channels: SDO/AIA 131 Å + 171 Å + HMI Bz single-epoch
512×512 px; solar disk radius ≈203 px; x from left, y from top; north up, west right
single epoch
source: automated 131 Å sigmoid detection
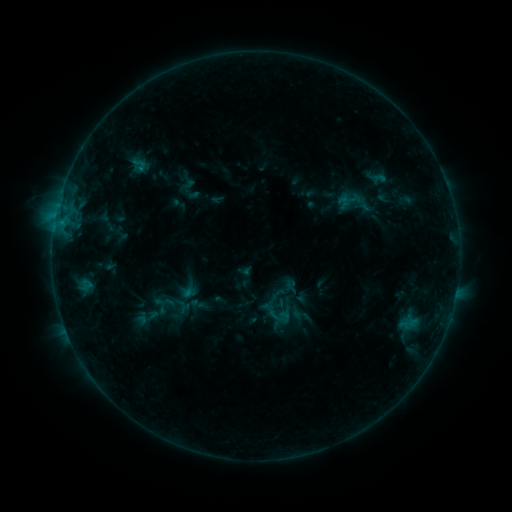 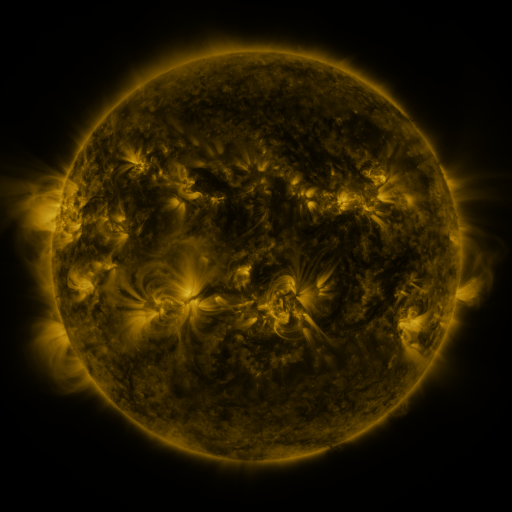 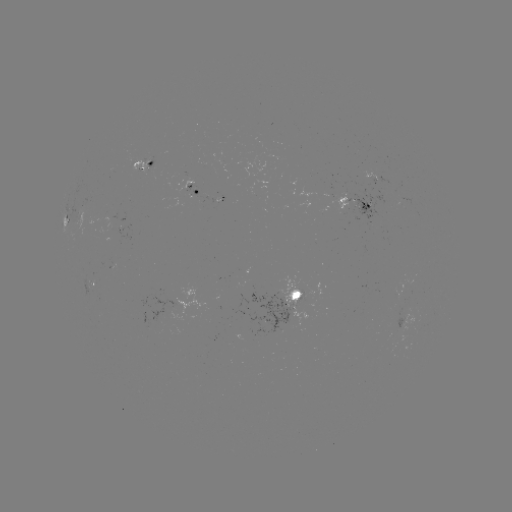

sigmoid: <bbox>130, 305, 164, 329</bbox>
